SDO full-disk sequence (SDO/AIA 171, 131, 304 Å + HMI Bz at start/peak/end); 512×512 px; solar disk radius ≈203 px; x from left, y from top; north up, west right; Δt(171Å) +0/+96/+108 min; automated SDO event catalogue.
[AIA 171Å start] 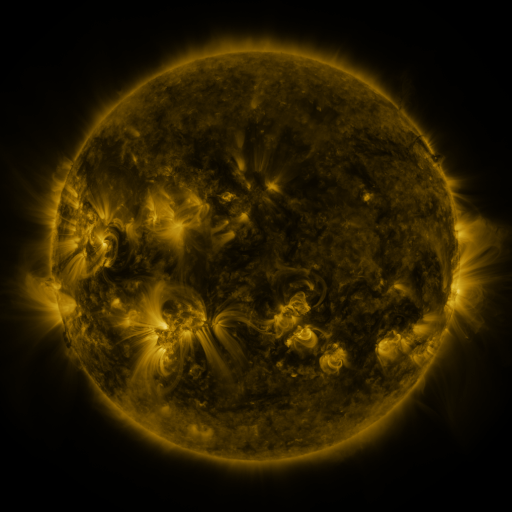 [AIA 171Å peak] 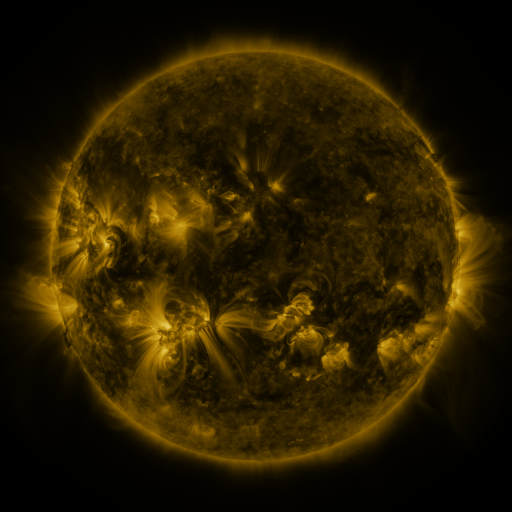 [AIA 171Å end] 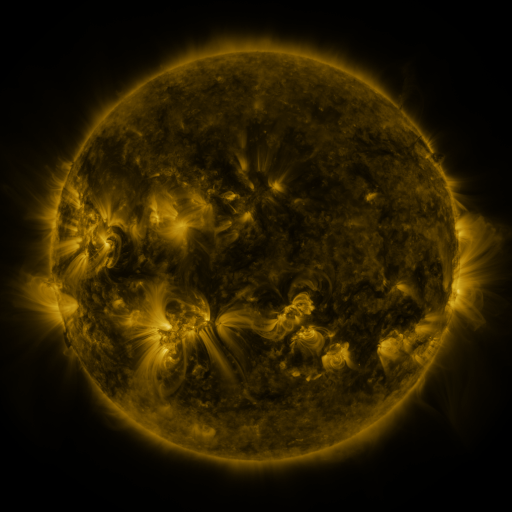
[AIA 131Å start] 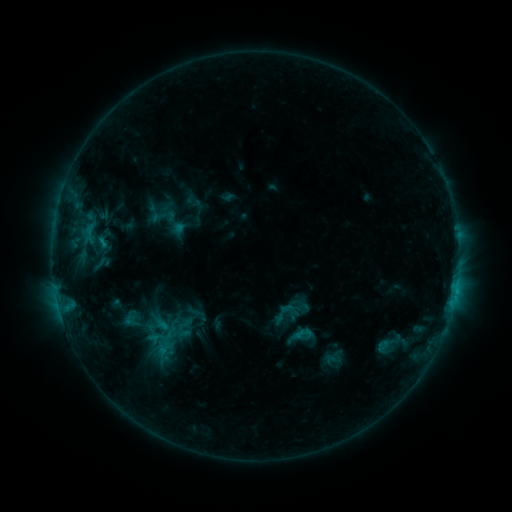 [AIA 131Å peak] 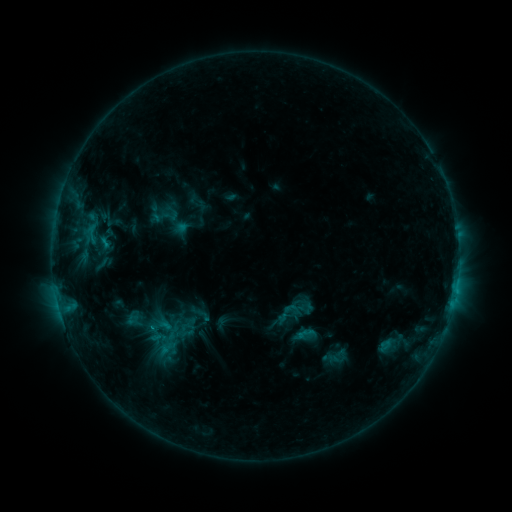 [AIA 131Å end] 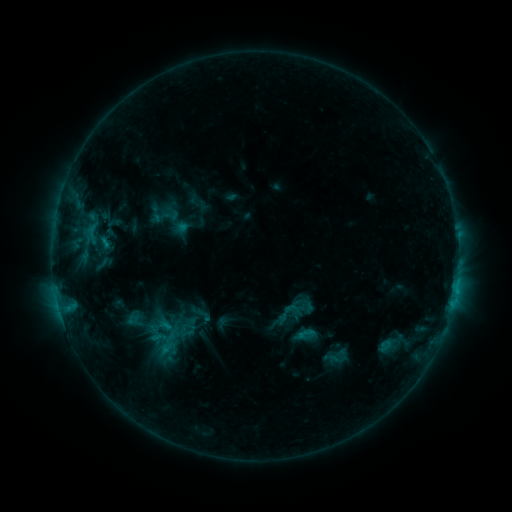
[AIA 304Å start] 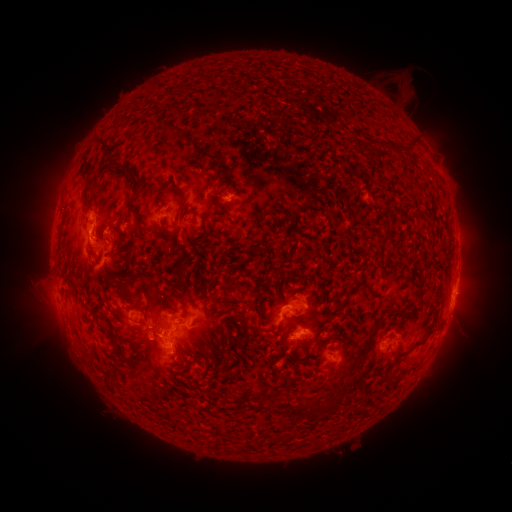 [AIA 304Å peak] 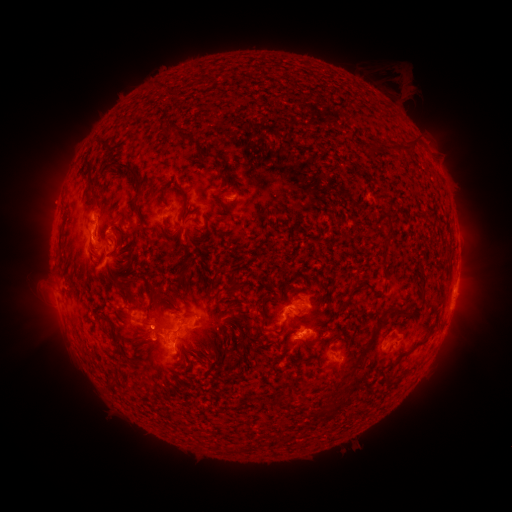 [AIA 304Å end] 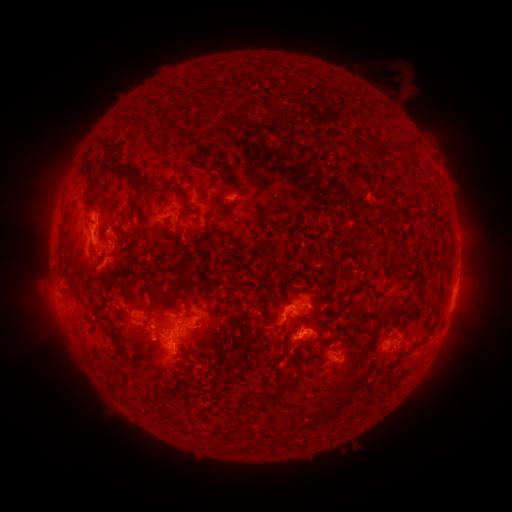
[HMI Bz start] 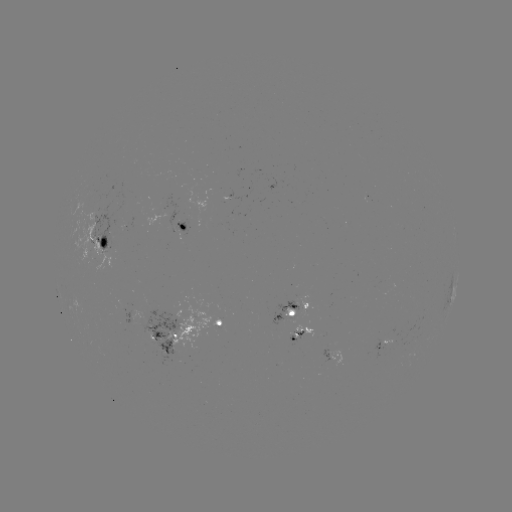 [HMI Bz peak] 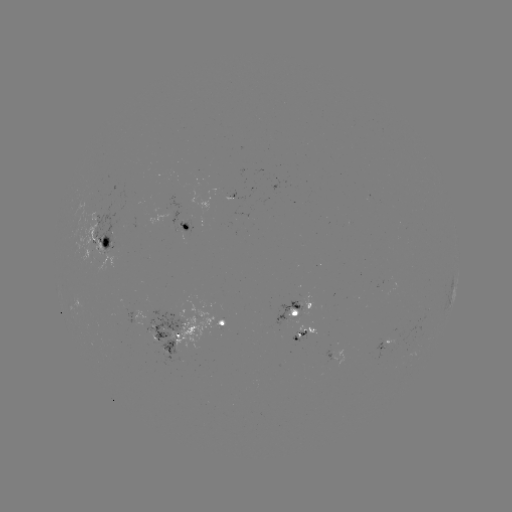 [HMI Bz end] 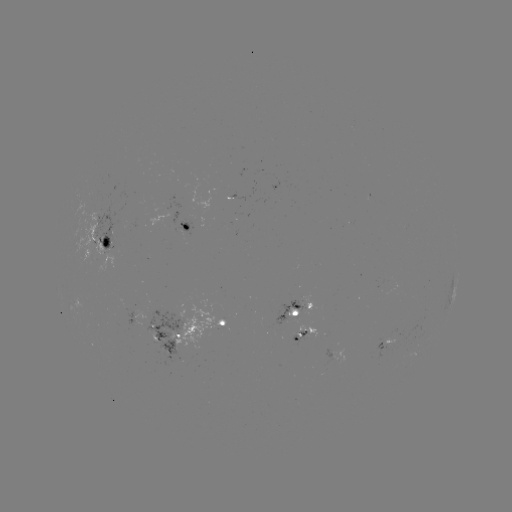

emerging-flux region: (295, 325, 316, 337)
